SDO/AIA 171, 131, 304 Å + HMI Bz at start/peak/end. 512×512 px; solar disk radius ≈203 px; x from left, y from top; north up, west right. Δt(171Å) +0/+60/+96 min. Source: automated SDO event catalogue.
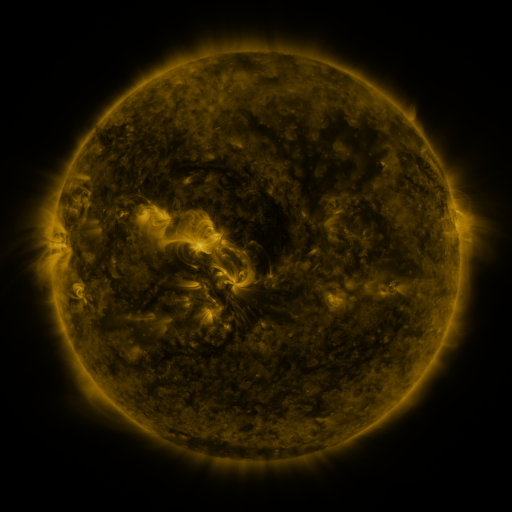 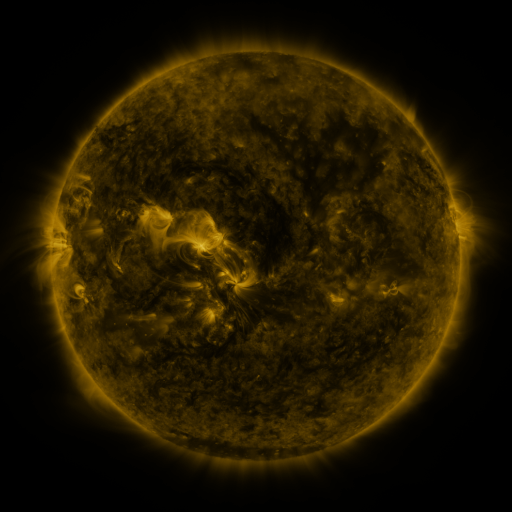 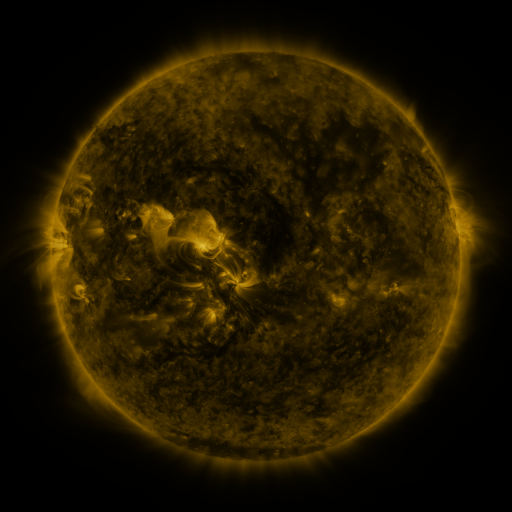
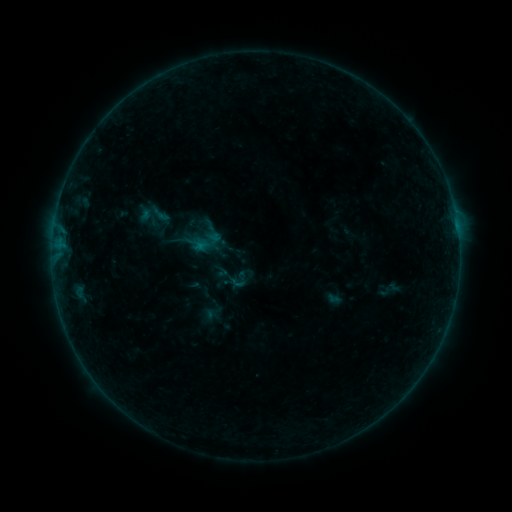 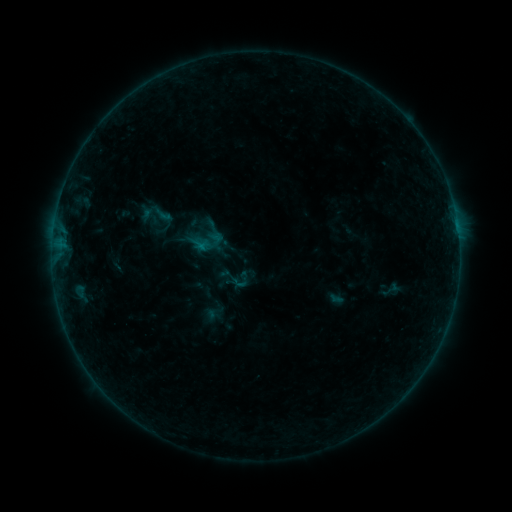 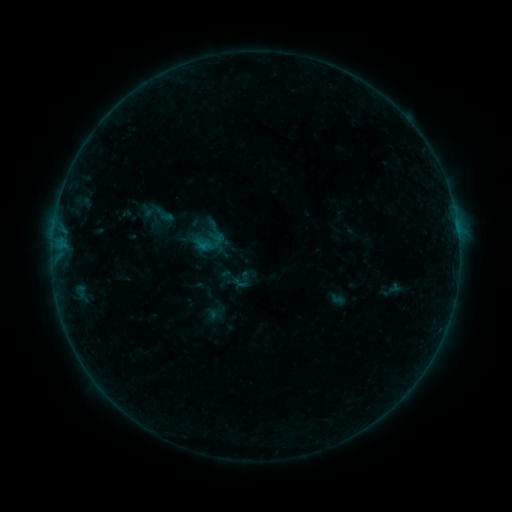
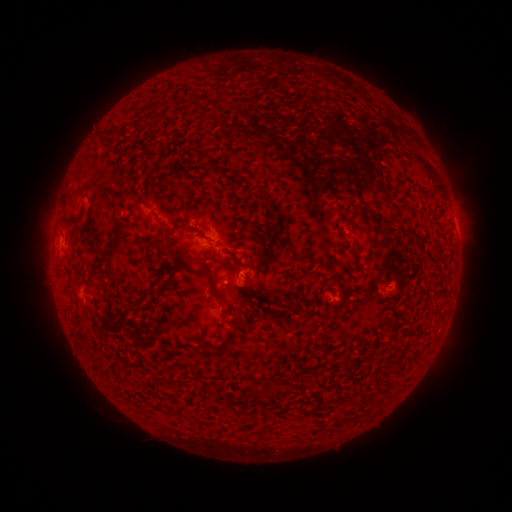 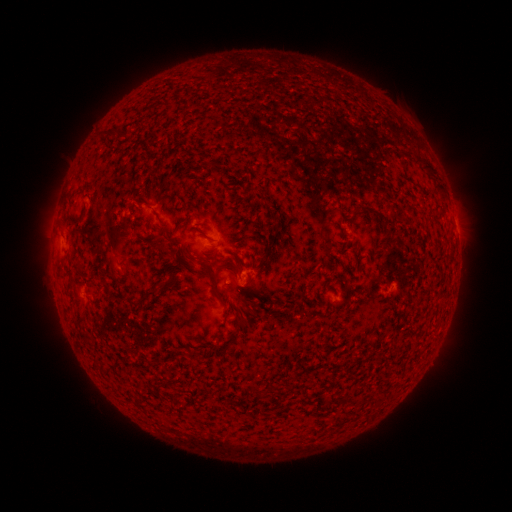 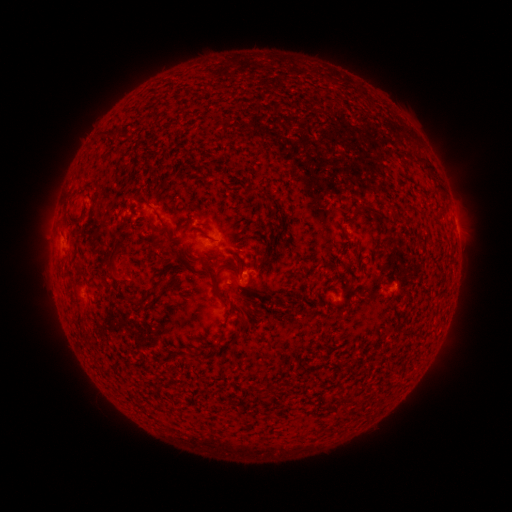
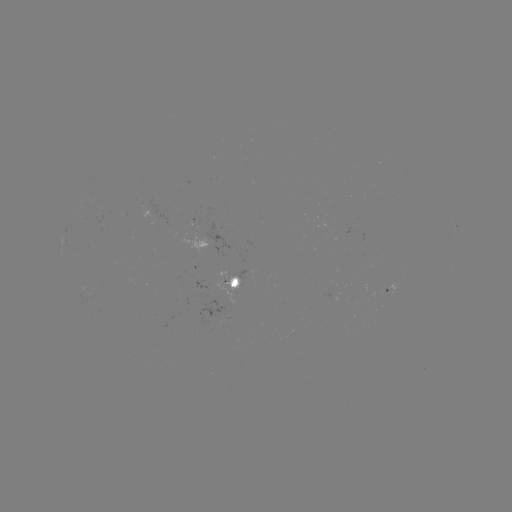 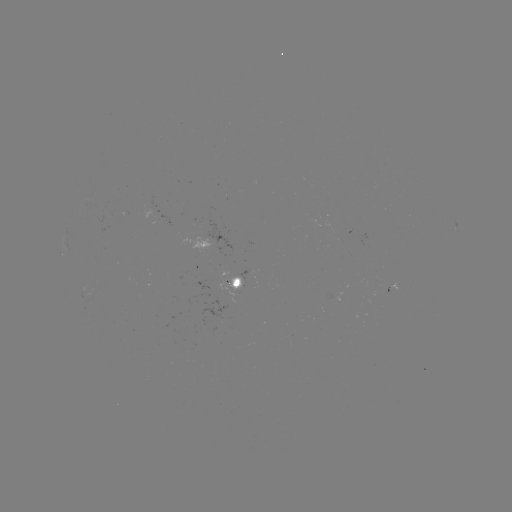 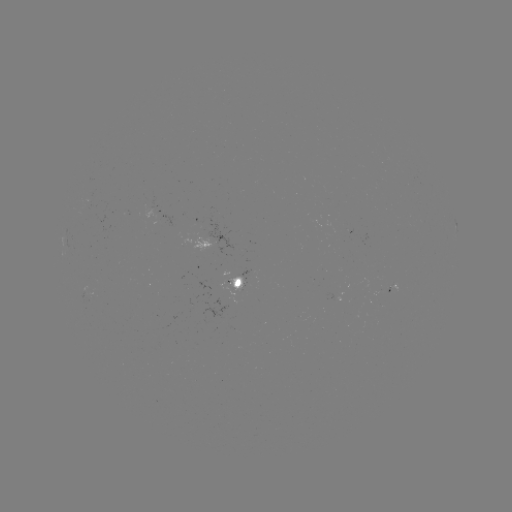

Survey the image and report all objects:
emerging-flux region: (348, 229)
